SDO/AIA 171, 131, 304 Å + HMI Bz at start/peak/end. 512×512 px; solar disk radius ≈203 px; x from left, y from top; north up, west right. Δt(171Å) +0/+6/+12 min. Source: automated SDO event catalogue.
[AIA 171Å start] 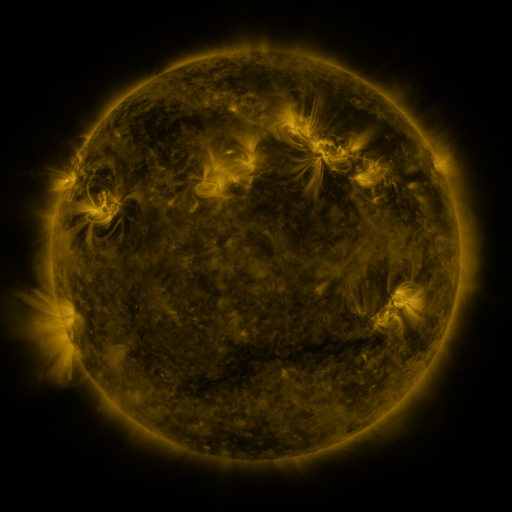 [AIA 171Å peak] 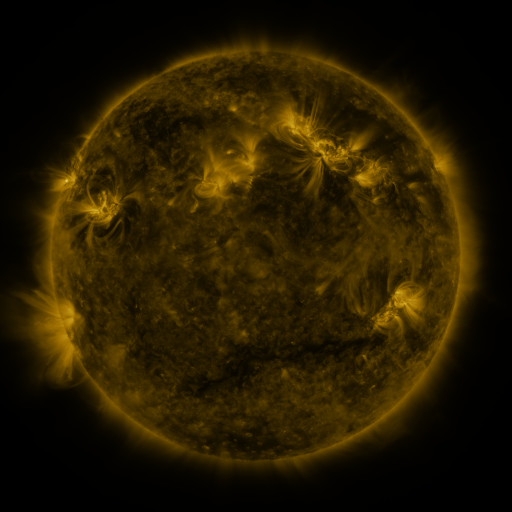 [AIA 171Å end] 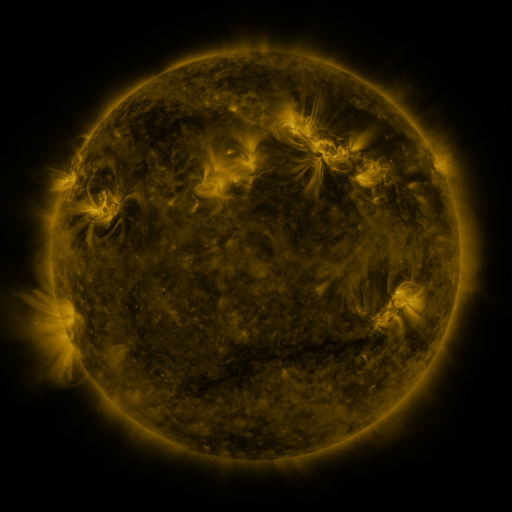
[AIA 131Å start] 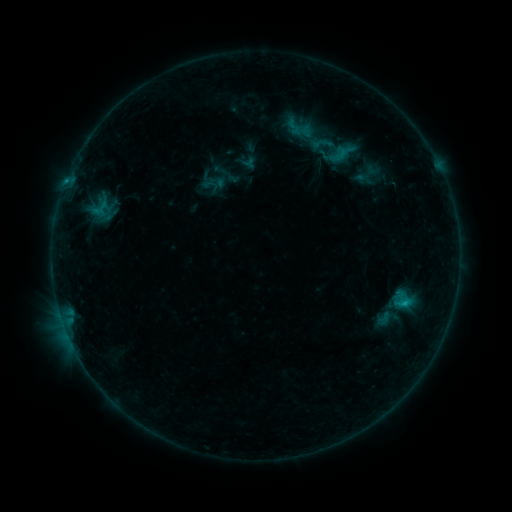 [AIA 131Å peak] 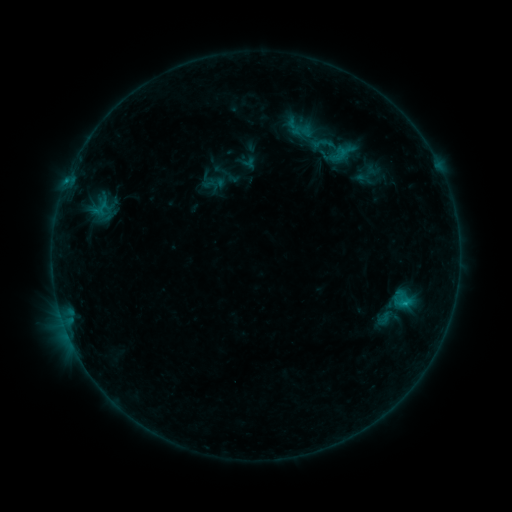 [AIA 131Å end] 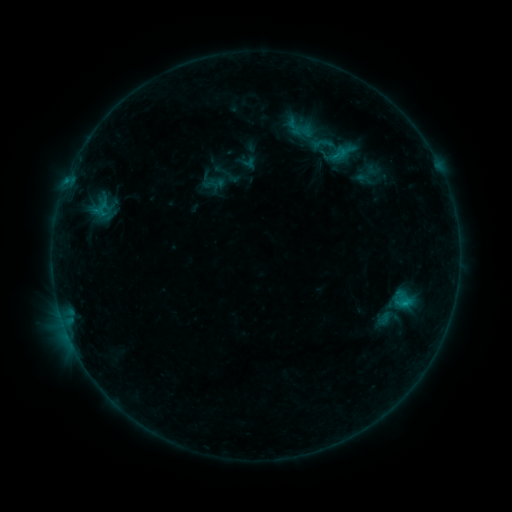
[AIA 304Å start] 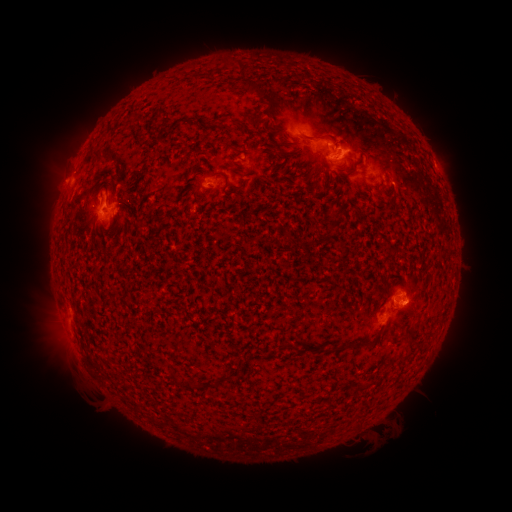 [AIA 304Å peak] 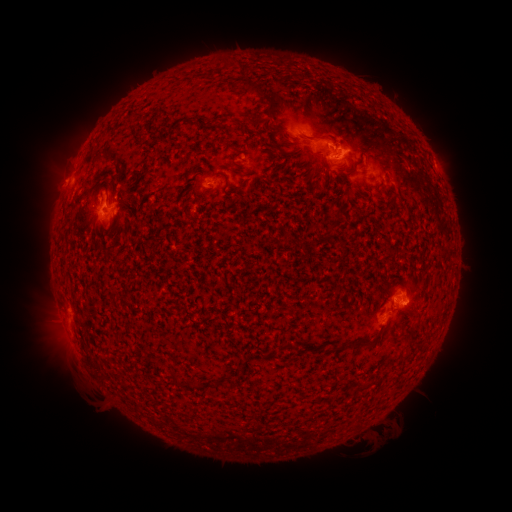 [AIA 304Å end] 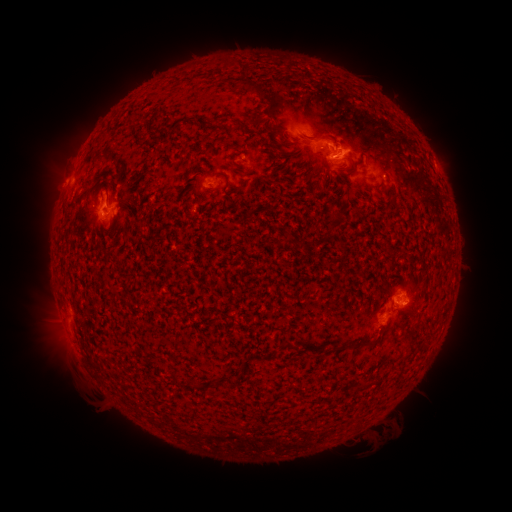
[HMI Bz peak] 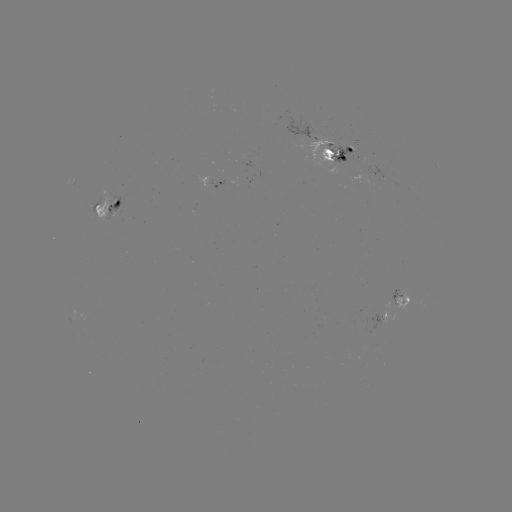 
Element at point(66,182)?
C1.0 flare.